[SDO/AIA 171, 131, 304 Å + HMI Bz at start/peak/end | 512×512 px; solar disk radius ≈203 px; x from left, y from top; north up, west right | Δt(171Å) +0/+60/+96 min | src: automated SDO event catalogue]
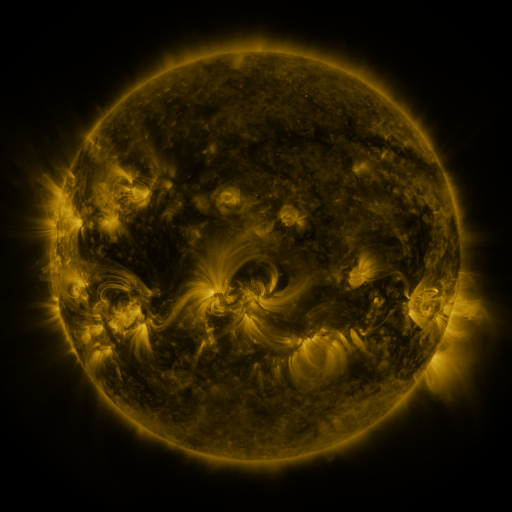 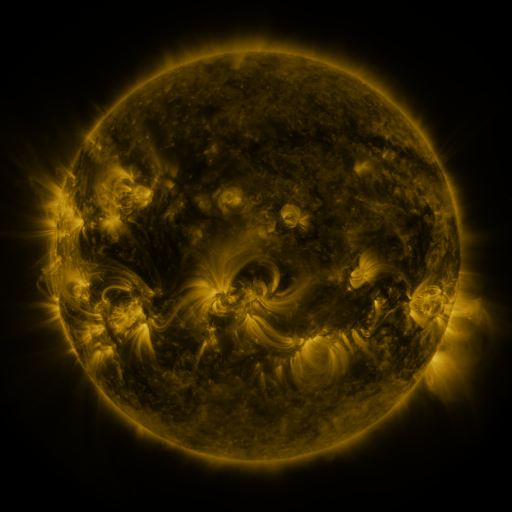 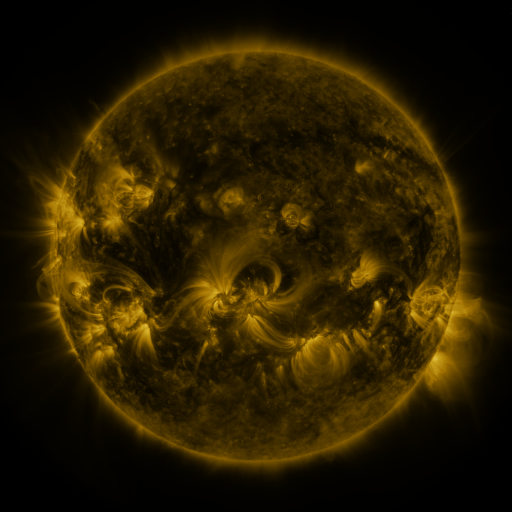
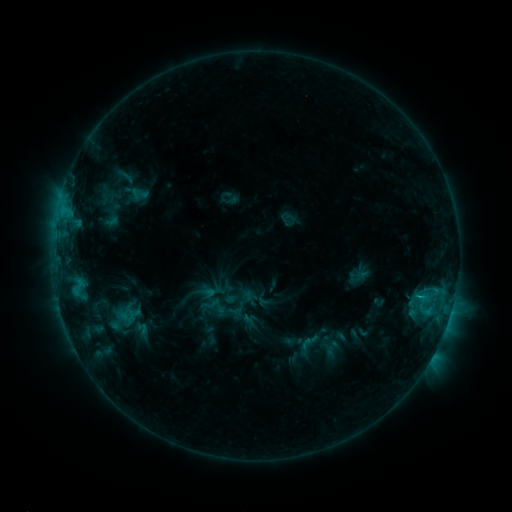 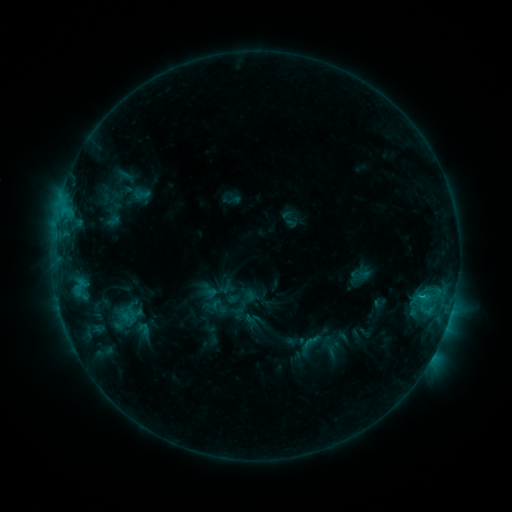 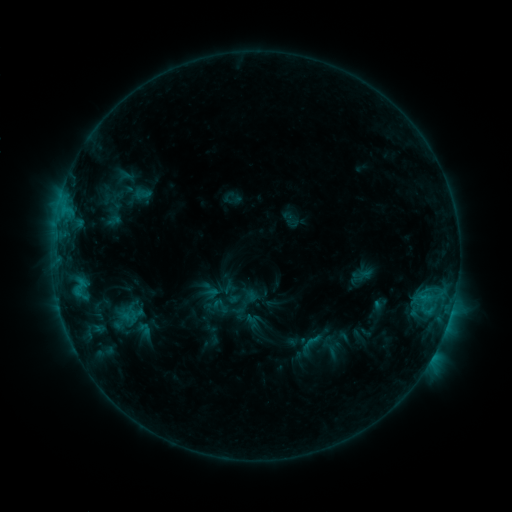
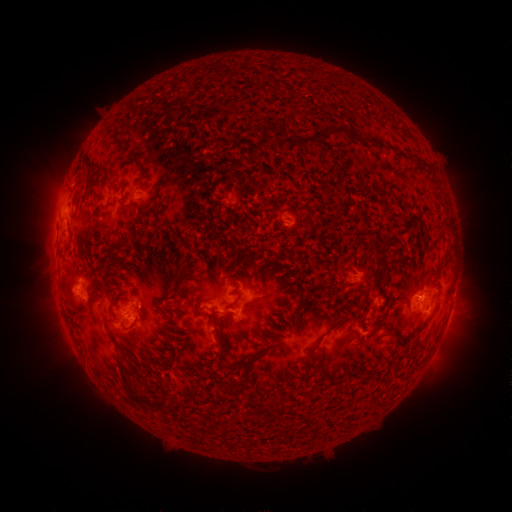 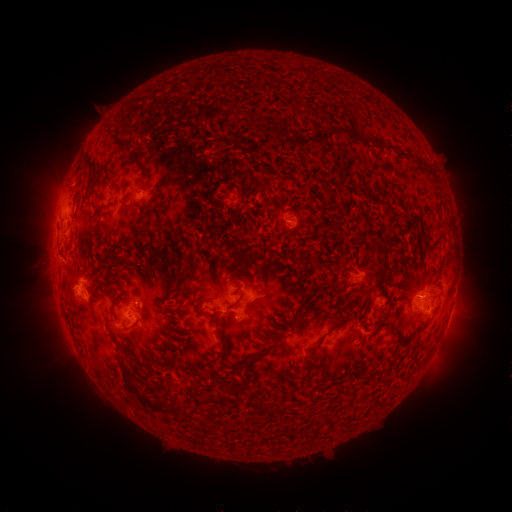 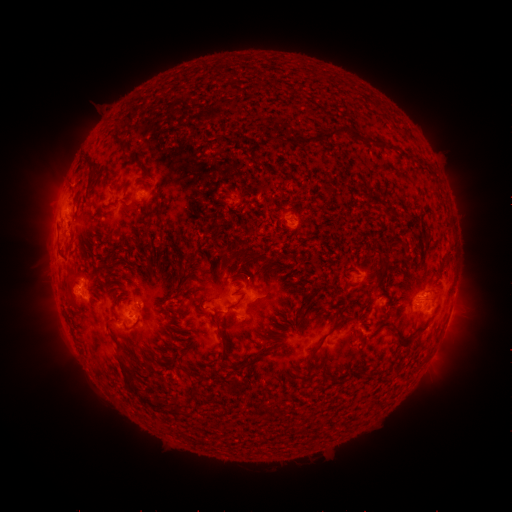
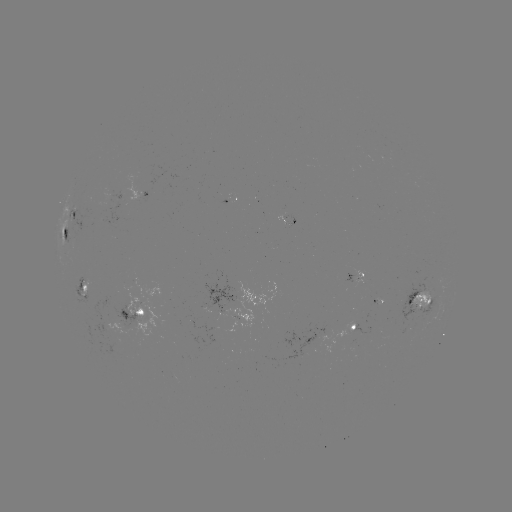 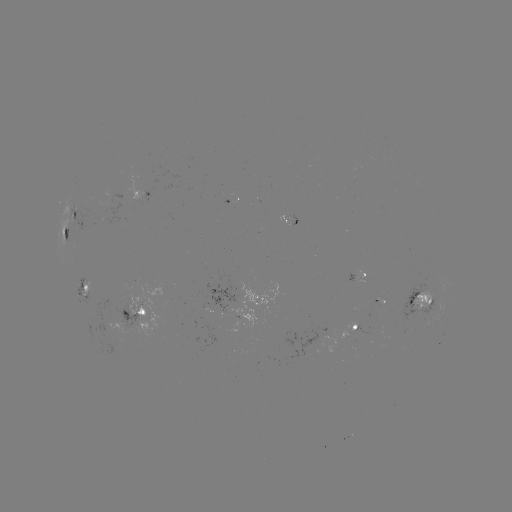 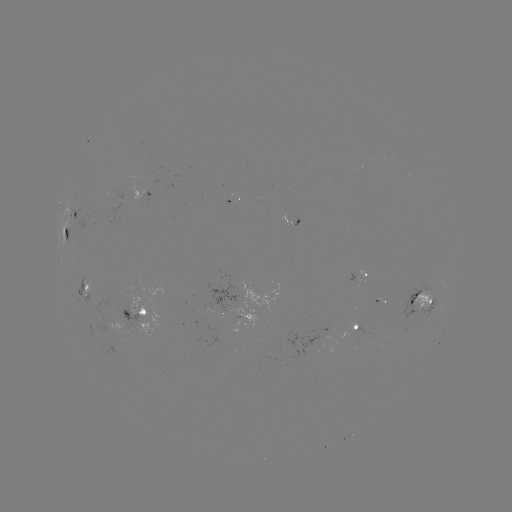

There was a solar emerging-flux region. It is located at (313, 342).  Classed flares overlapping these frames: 1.